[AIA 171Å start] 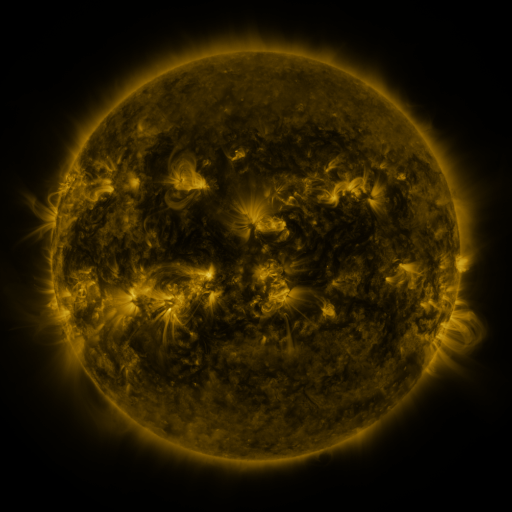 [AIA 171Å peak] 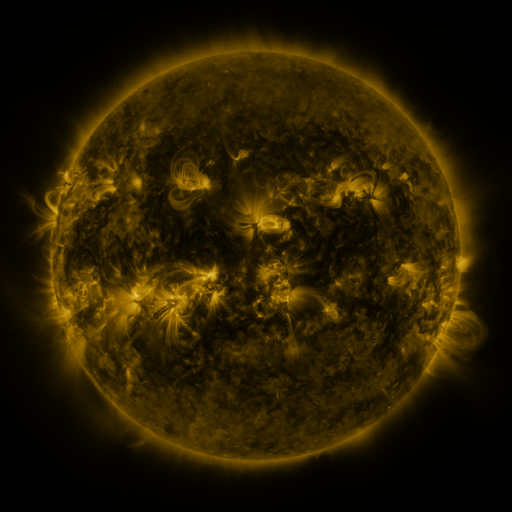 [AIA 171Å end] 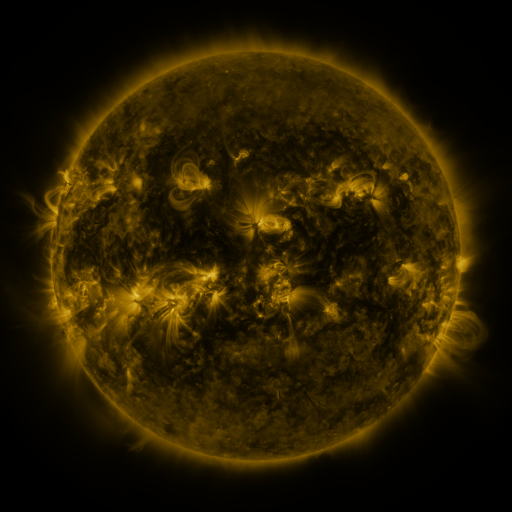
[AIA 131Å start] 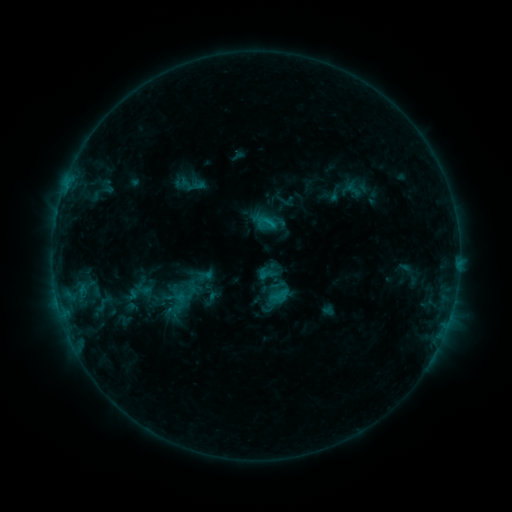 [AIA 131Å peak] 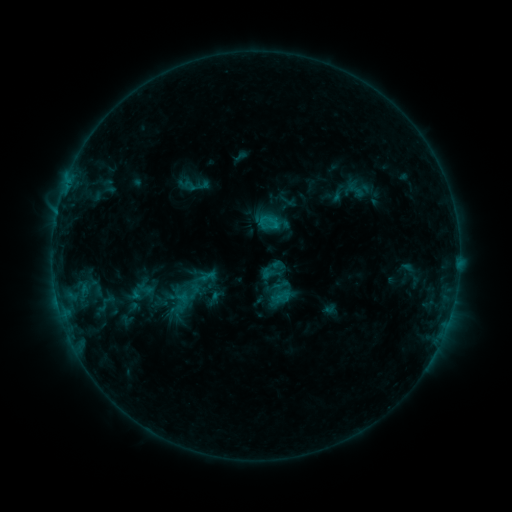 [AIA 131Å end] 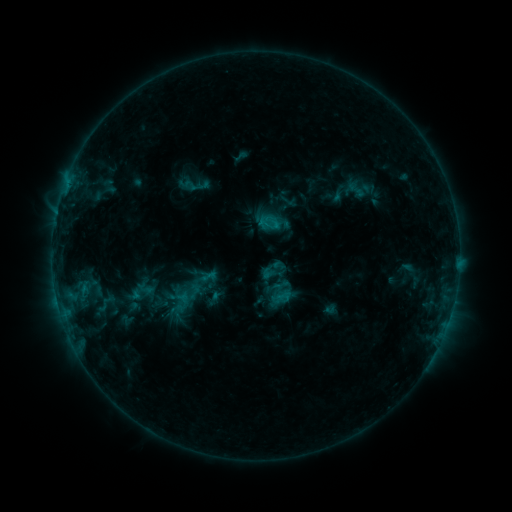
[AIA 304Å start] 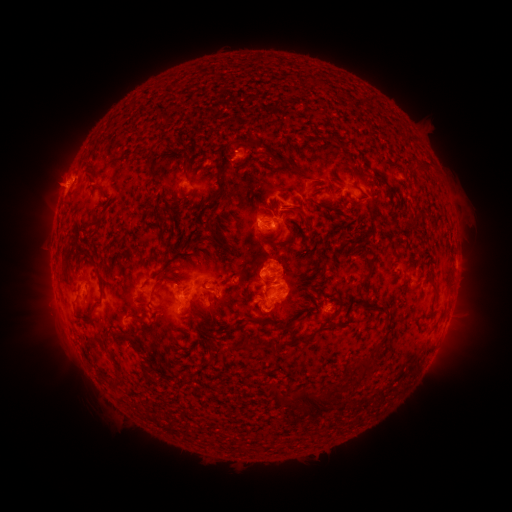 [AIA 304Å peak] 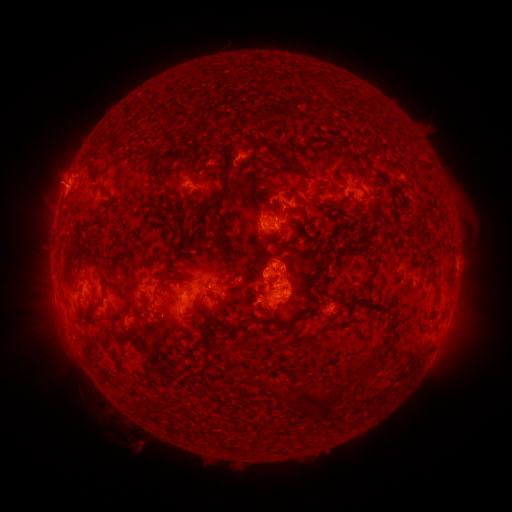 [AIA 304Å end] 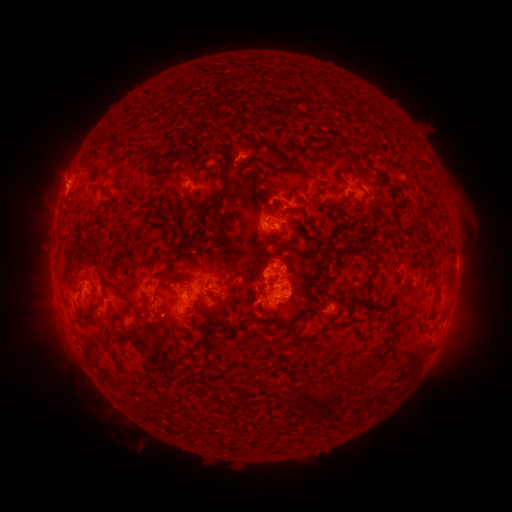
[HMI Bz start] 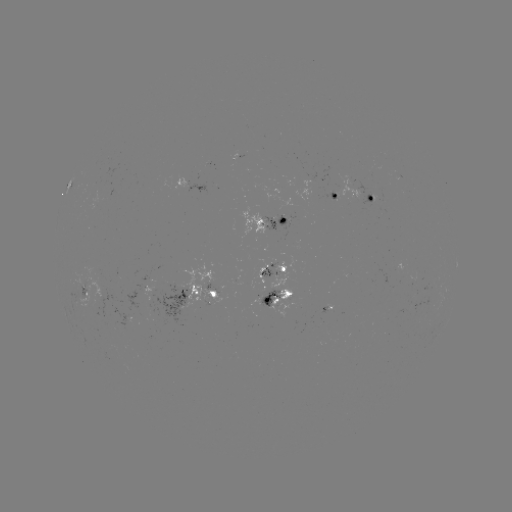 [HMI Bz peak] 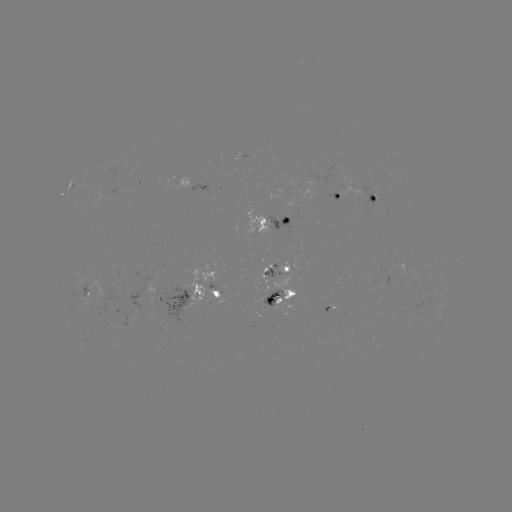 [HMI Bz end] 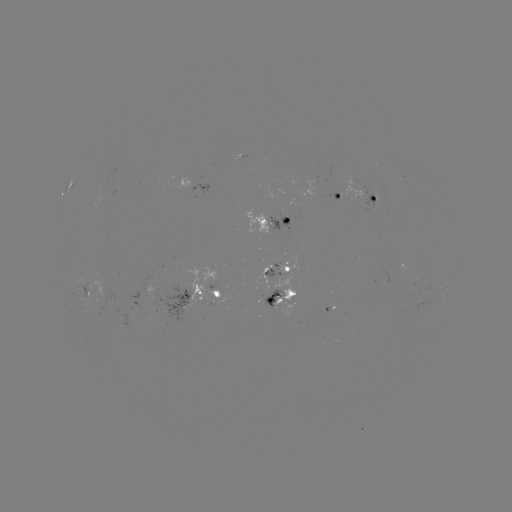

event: emerging-flux region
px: (91, 294)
